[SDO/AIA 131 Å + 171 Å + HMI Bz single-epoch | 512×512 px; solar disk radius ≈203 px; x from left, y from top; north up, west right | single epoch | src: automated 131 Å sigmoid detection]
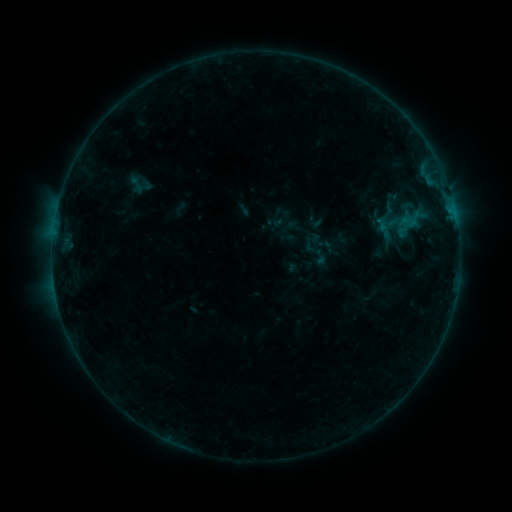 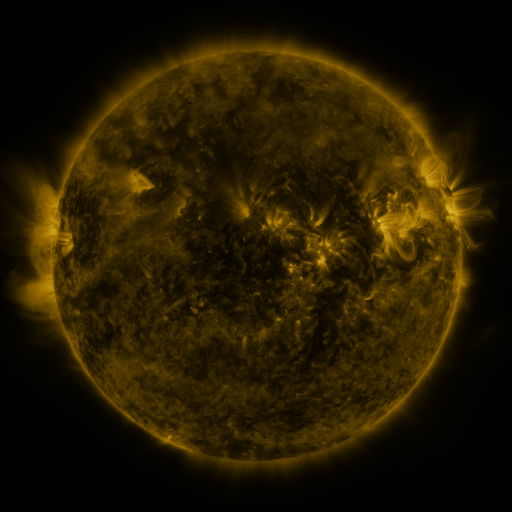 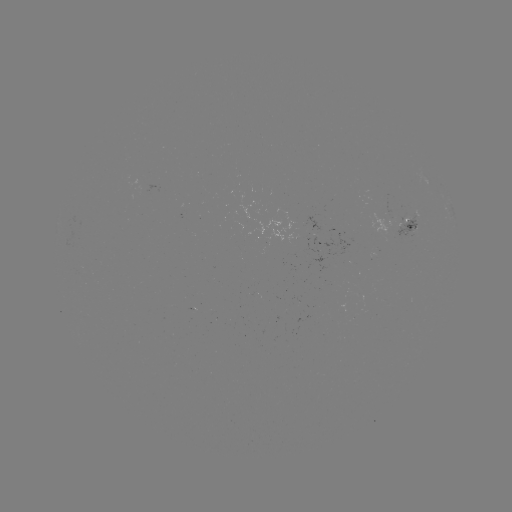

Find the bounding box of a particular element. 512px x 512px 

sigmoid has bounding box [311, 248, 329, 267].